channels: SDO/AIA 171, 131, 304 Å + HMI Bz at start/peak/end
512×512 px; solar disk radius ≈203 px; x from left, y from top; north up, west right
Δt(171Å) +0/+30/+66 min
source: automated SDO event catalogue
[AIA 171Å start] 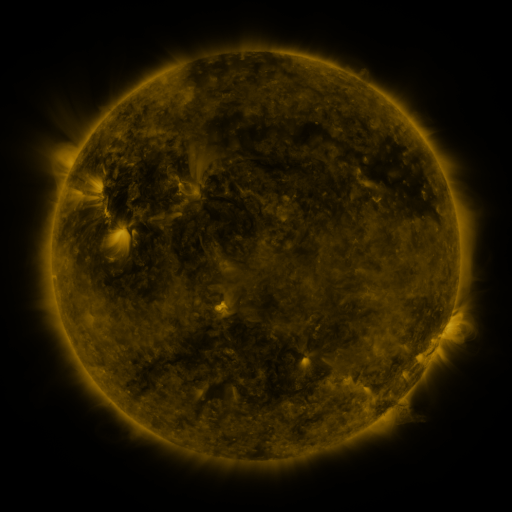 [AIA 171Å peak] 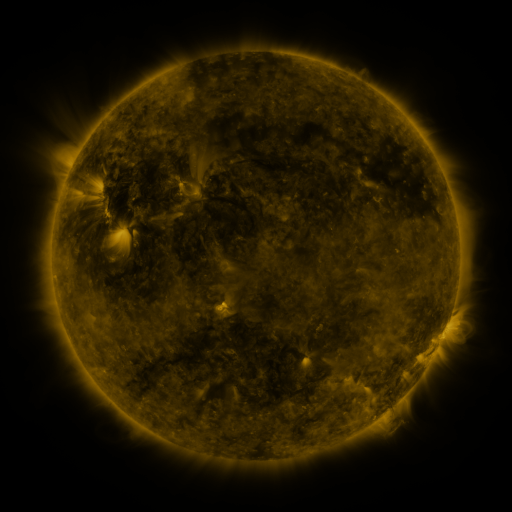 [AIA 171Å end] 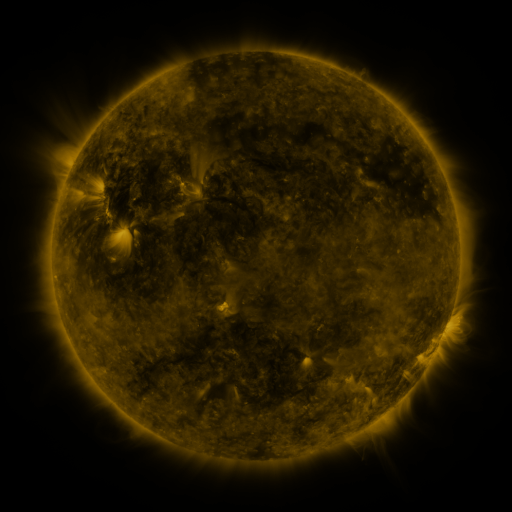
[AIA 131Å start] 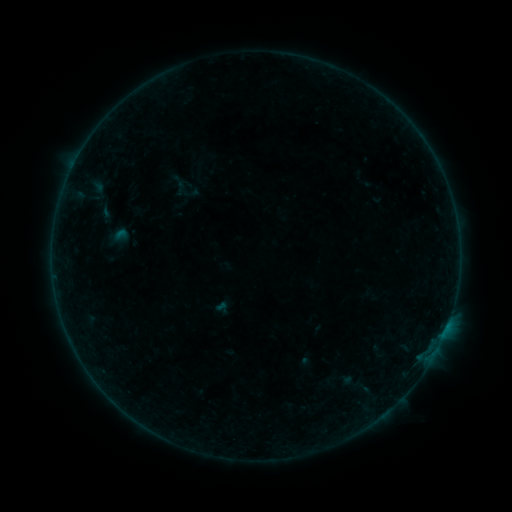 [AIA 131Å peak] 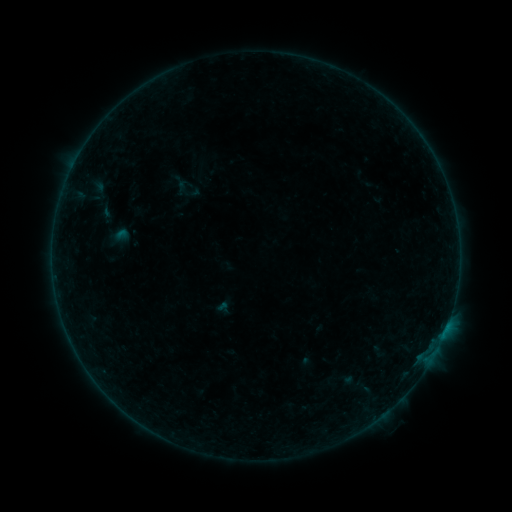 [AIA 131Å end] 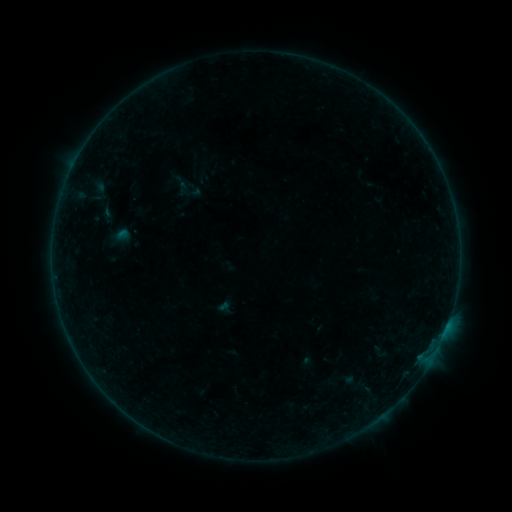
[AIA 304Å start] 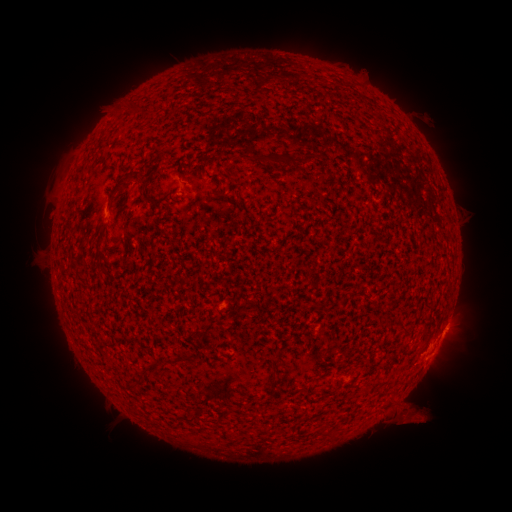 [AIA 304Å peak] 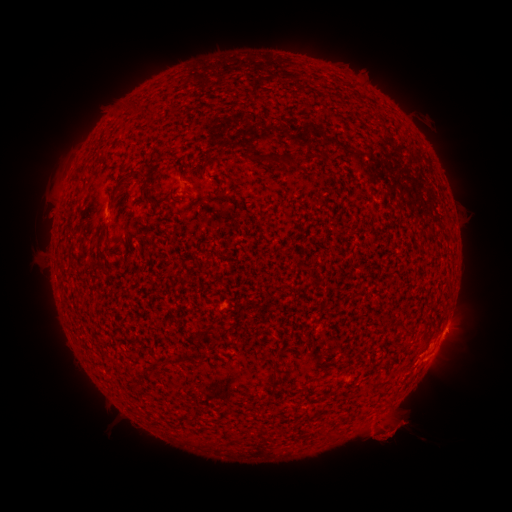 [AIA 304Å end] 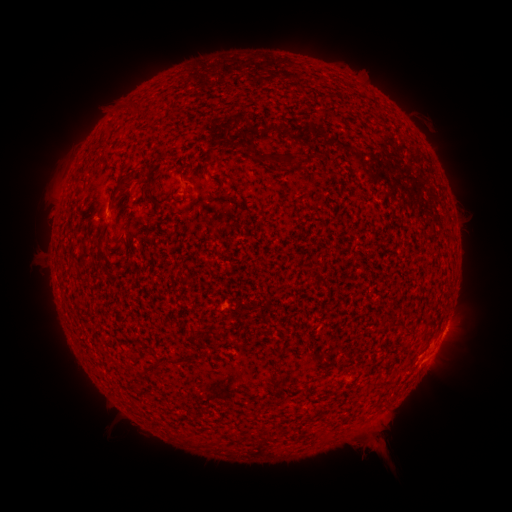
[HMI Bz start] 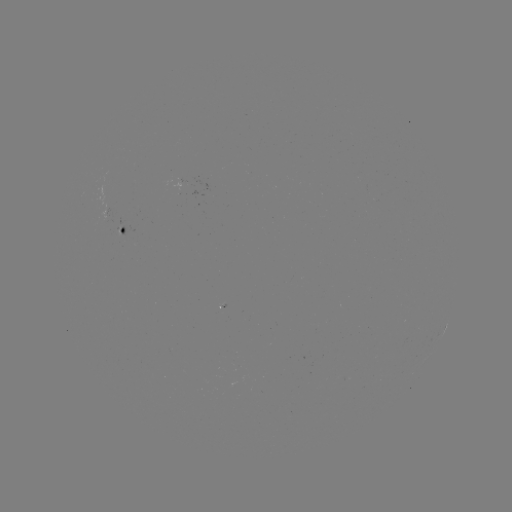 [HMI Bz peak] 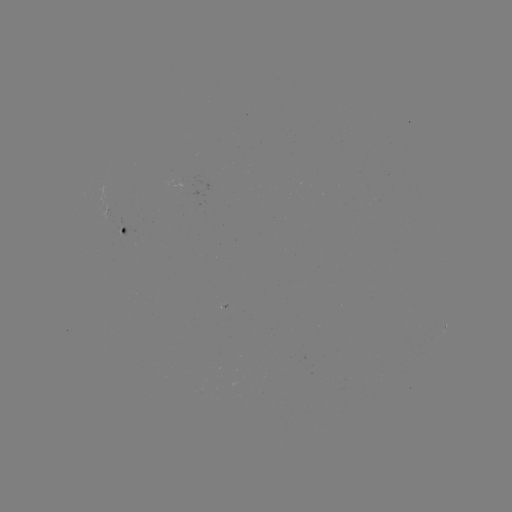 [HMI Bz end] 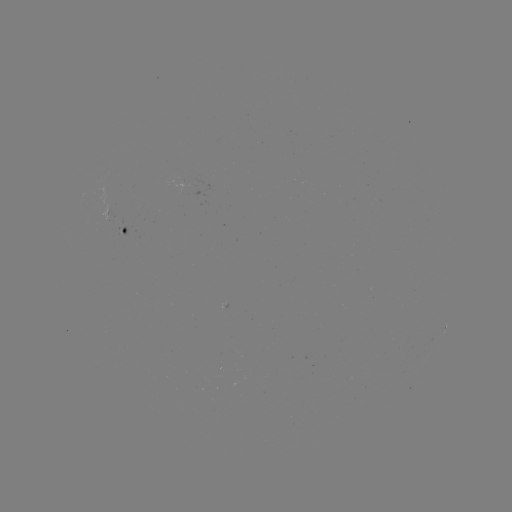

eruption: [336, 384, 450, 476]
